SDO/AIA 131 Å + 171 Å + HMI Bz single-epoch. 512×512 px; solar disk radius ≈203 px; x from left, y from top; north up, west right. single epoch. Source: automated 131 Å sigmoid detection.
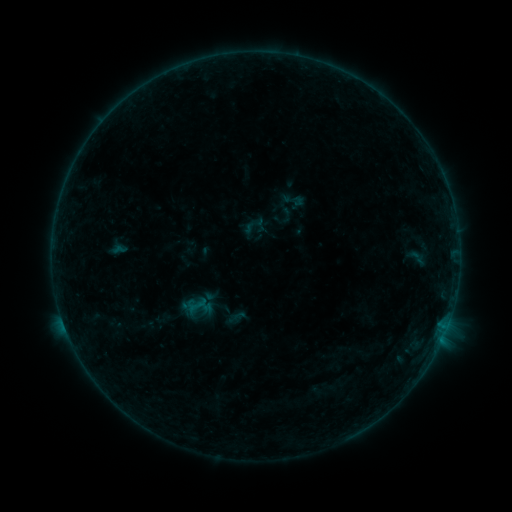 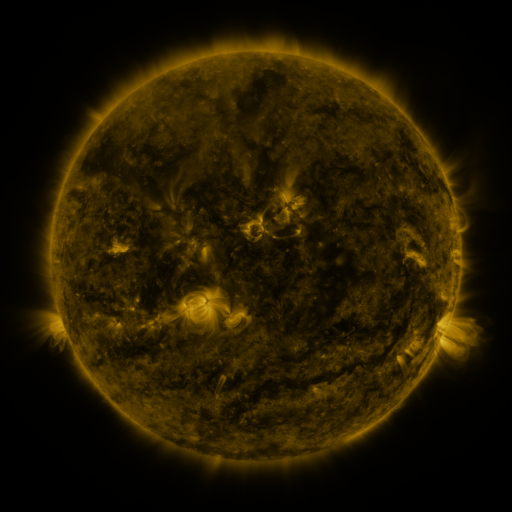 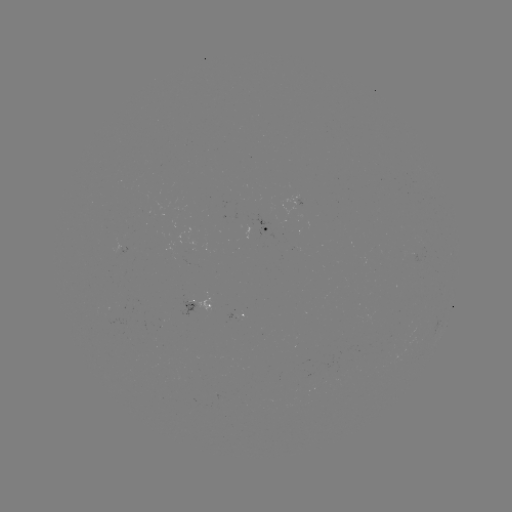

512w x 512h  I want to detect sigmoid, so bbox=[280, 188, 307, 212].